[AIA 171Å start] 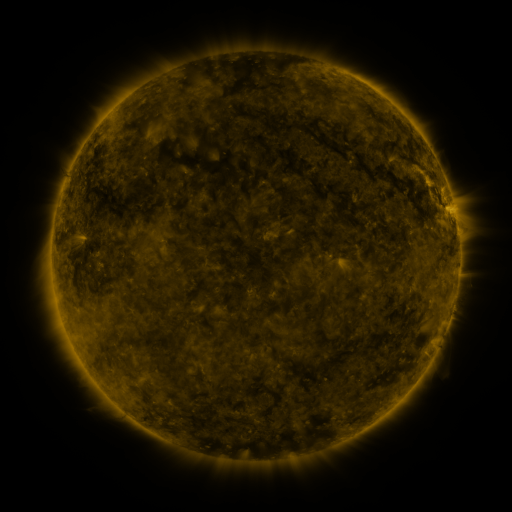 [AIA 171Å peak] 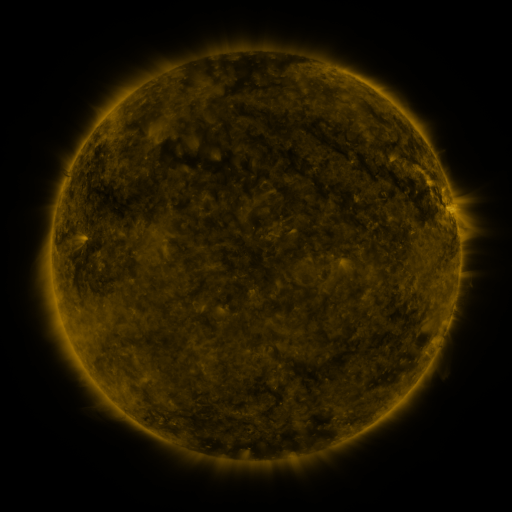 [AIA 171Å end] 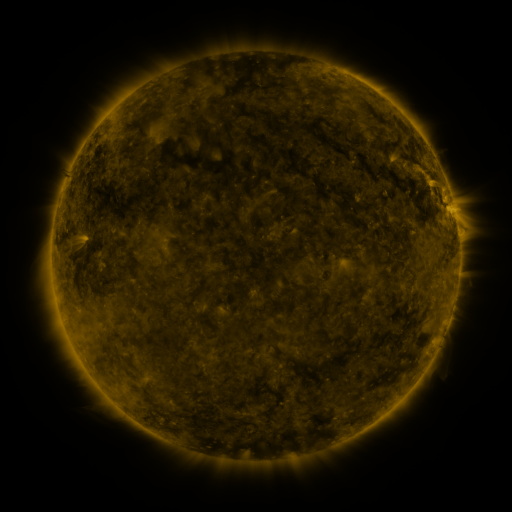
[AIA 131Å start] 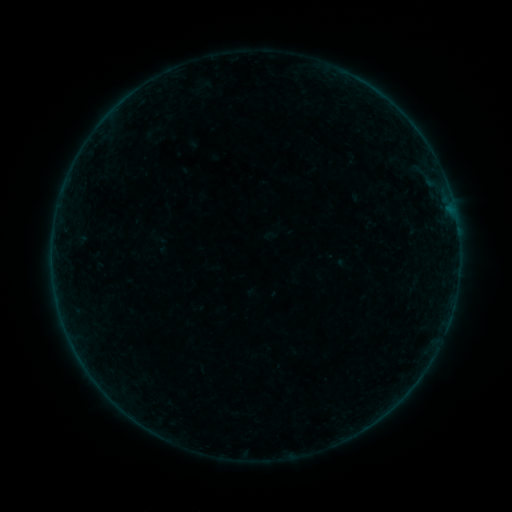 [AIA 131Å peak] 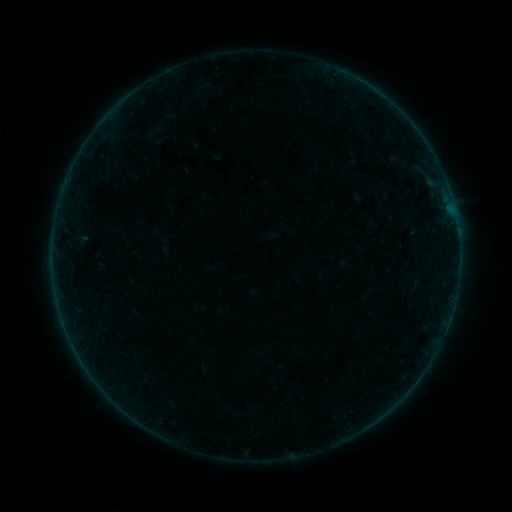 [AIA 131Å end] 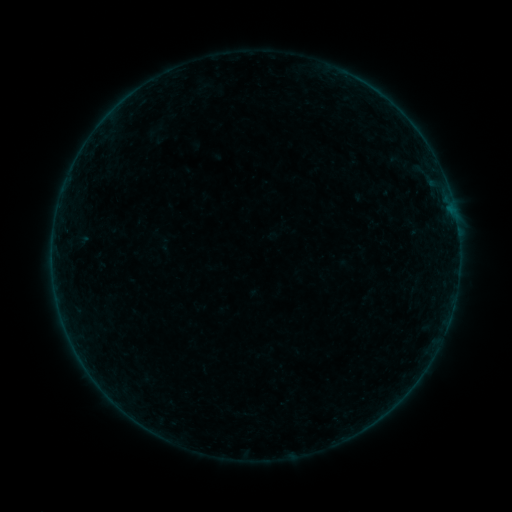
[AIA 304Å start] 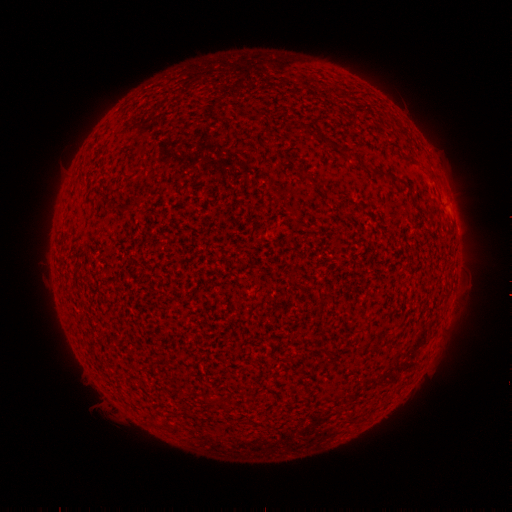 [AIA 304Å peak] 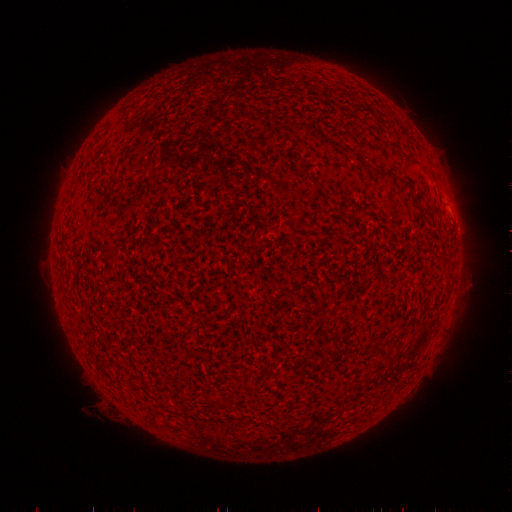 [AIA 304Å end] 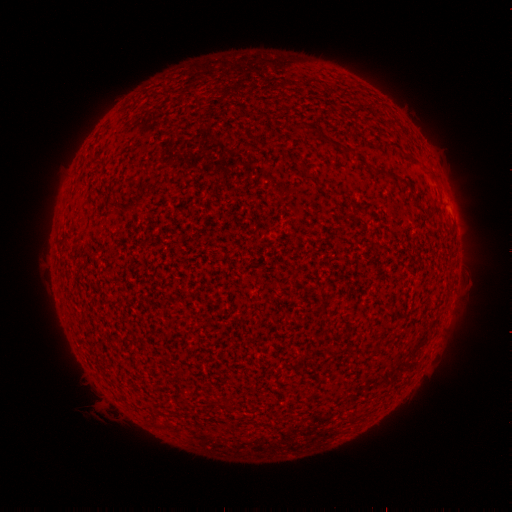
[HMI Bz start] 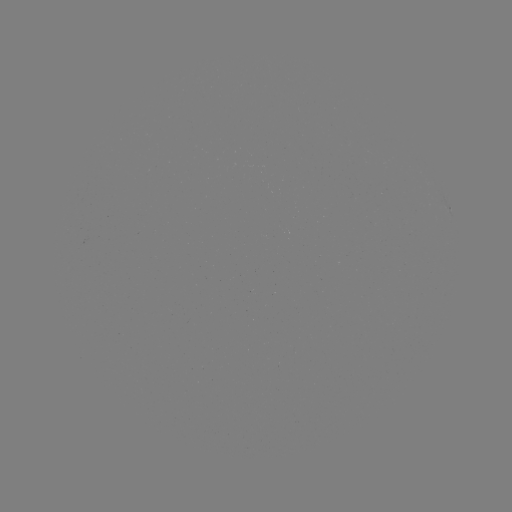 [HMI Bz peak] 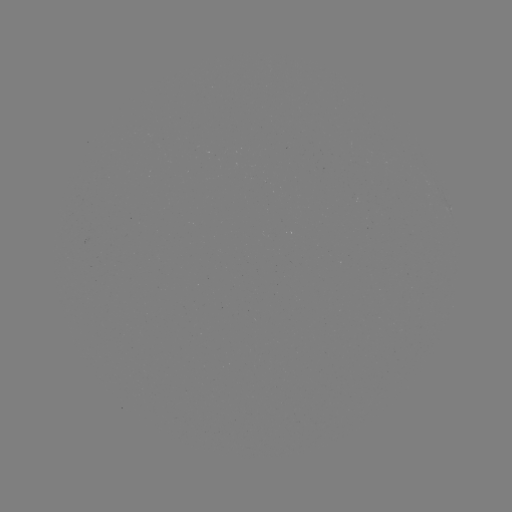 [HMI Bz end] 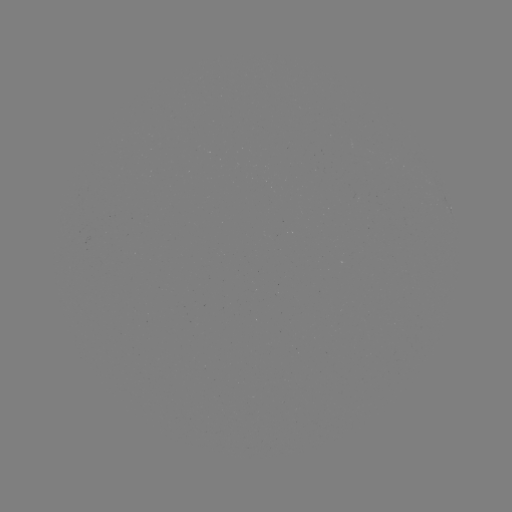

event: emerging-flux region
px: (348, 144)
